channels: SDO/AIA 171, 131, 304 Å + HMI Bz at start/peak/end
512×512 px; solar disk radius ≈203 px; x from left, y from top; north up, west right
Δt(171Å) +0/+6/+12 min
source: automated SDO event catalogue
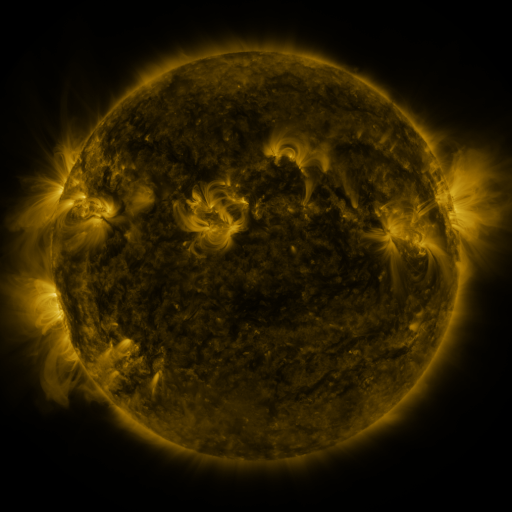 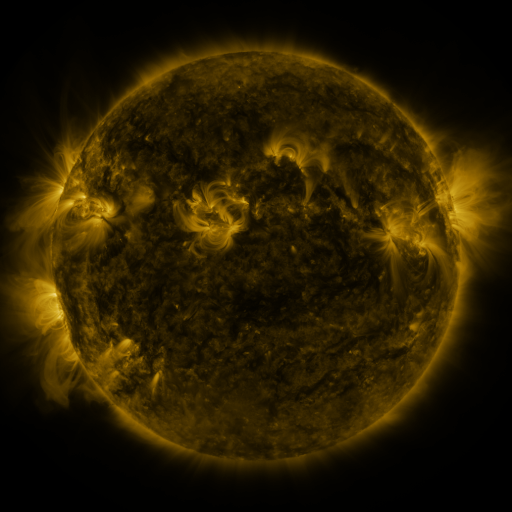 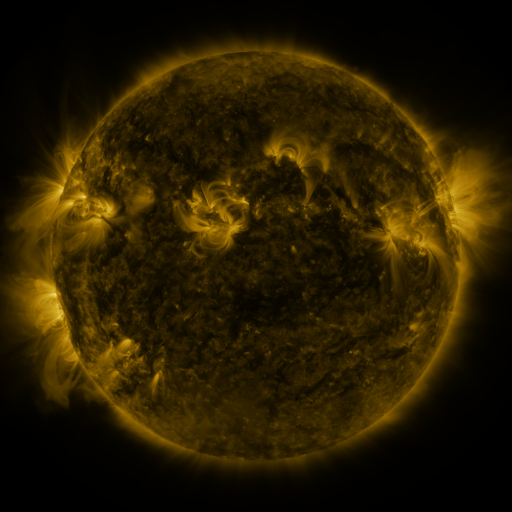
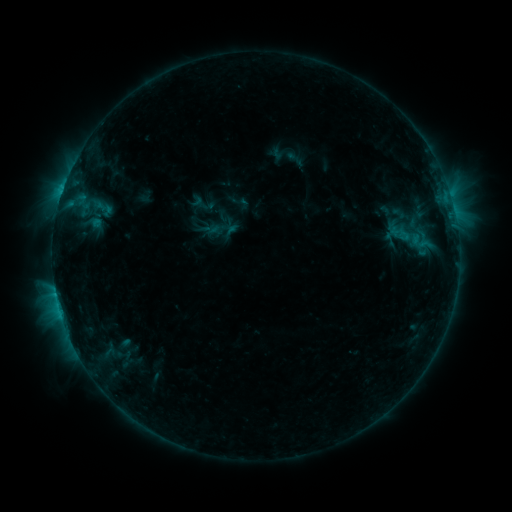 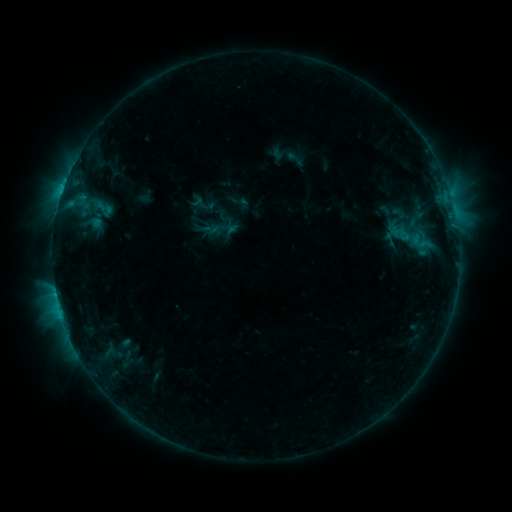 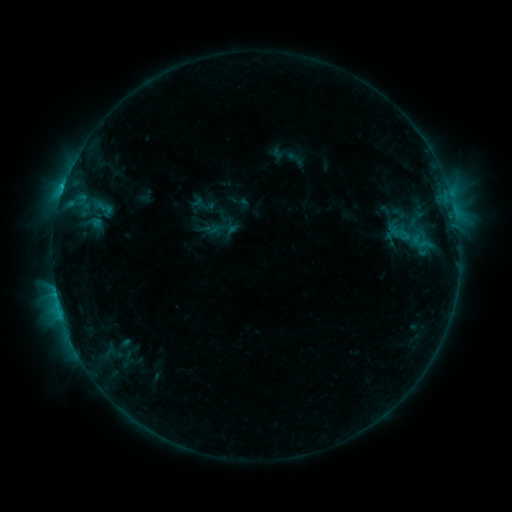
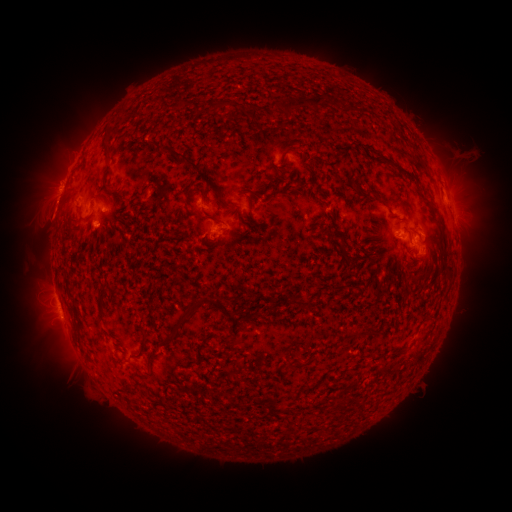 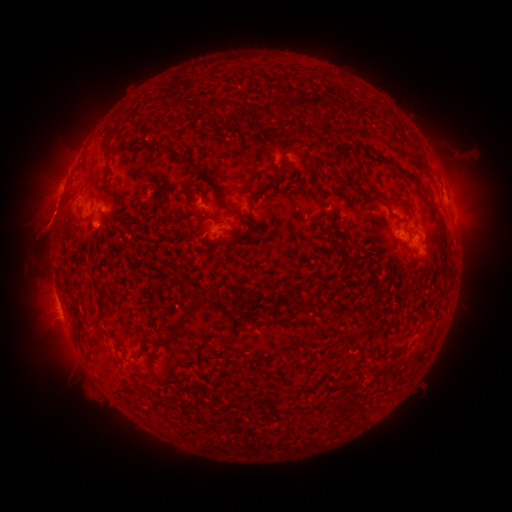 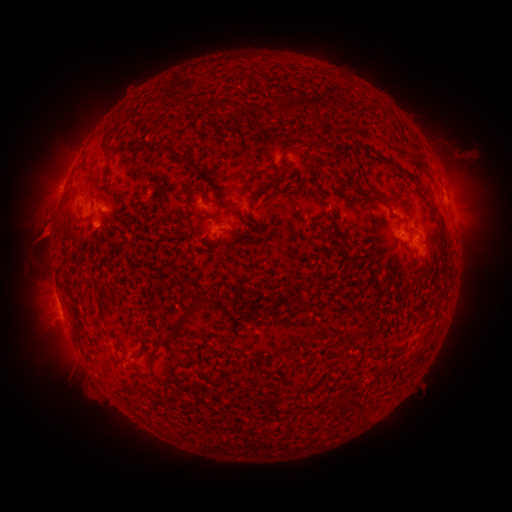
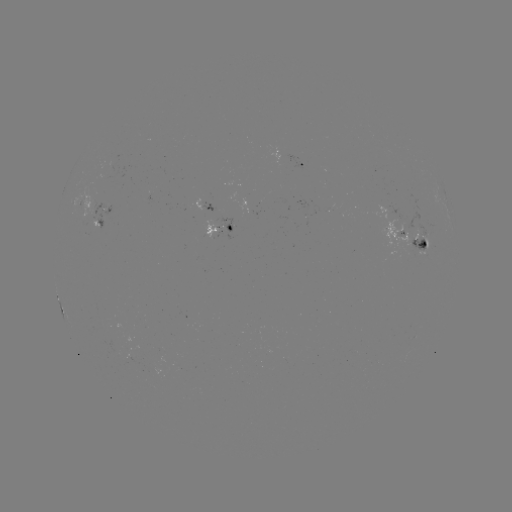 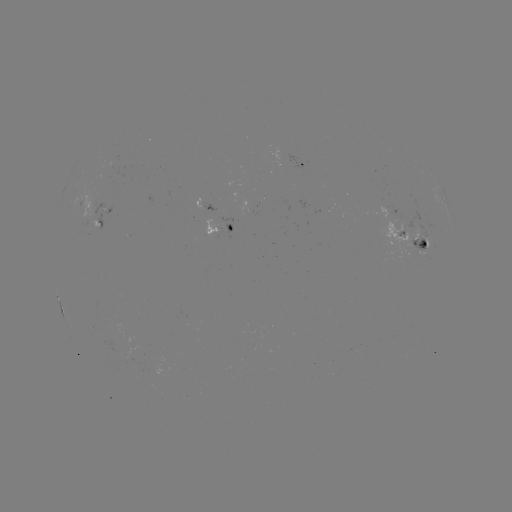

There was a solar eruption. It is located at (46, 224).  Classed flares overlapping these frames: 1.